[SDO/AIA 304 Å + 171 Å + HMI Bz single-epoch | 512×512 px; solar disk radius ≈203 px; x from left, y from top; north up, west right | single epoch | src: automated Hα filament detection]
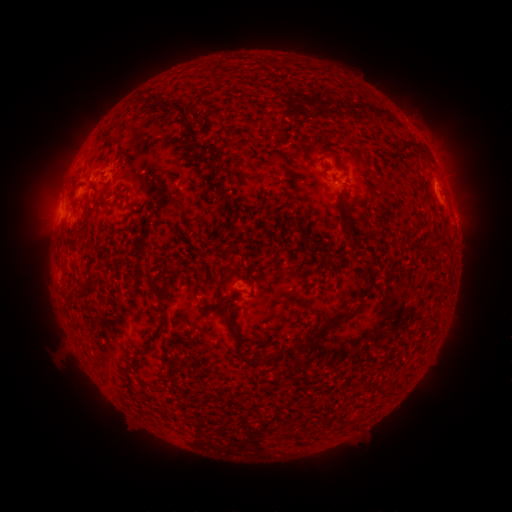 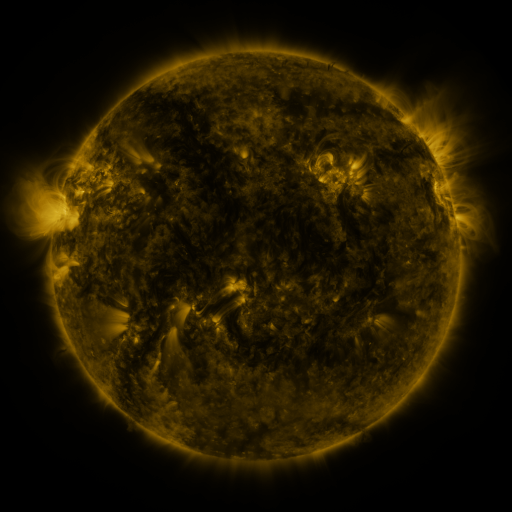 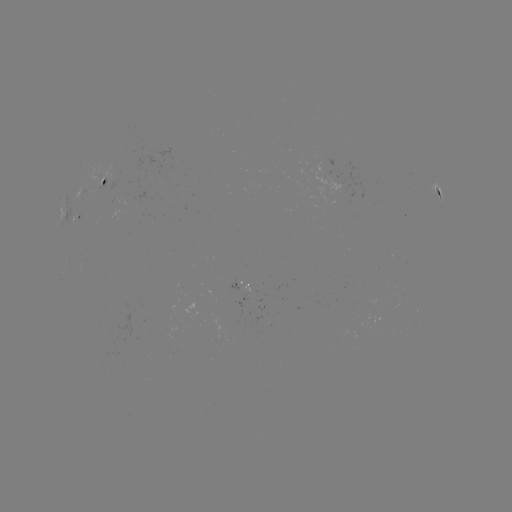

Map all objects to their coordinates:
filament: (408, 147)
filament: (104, 182)
filament: (354, 241)
filament: (324, 327)
filament: (236, 350)
filament: (267, 362)
